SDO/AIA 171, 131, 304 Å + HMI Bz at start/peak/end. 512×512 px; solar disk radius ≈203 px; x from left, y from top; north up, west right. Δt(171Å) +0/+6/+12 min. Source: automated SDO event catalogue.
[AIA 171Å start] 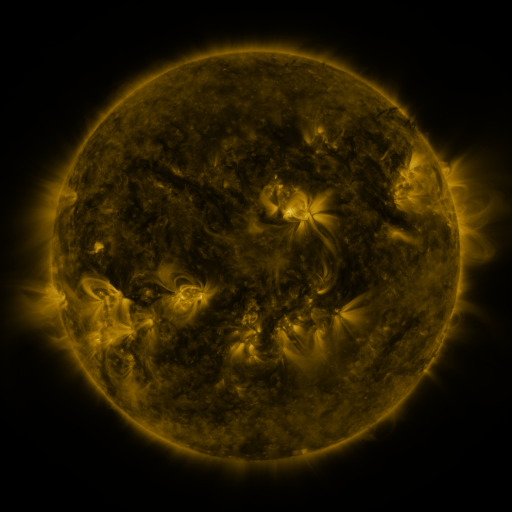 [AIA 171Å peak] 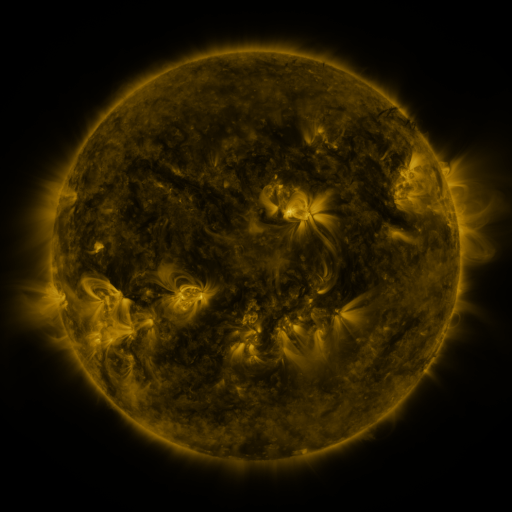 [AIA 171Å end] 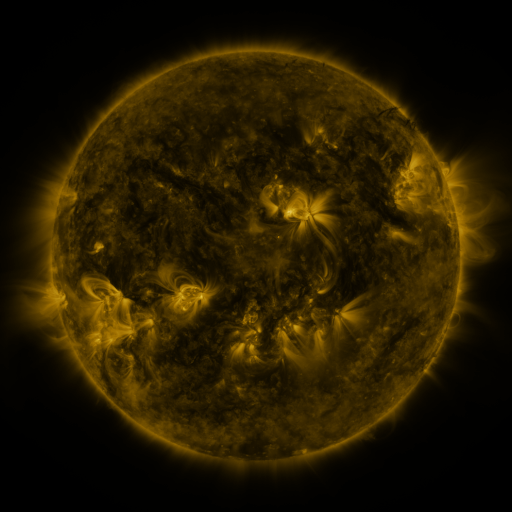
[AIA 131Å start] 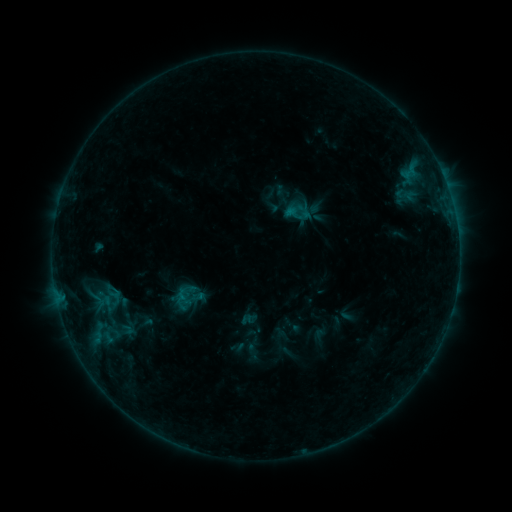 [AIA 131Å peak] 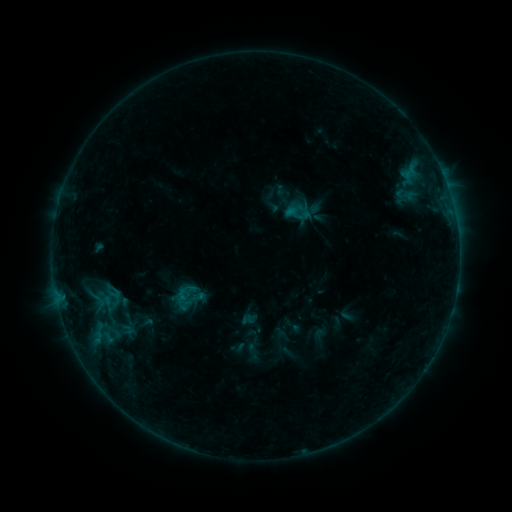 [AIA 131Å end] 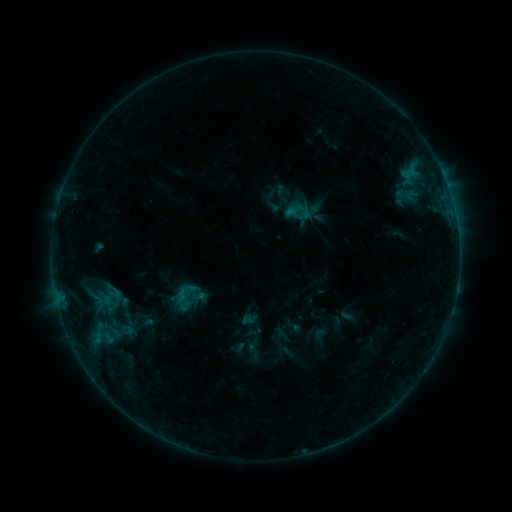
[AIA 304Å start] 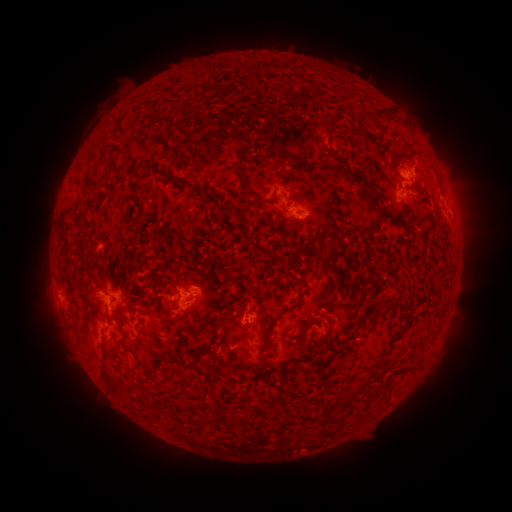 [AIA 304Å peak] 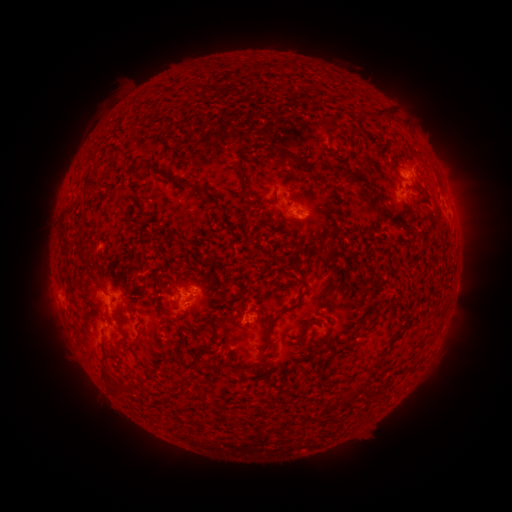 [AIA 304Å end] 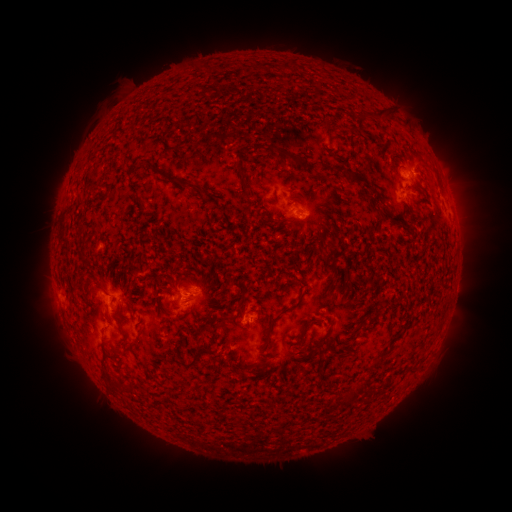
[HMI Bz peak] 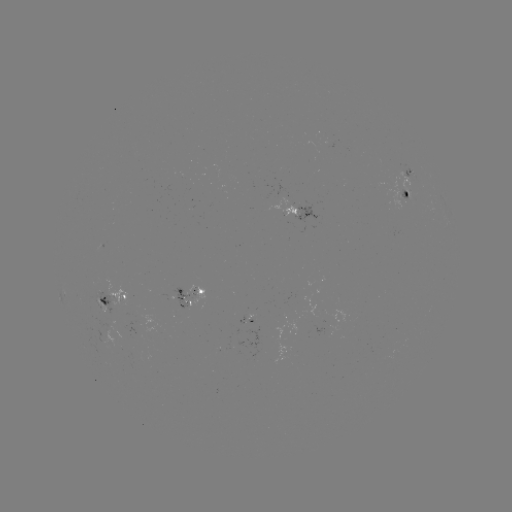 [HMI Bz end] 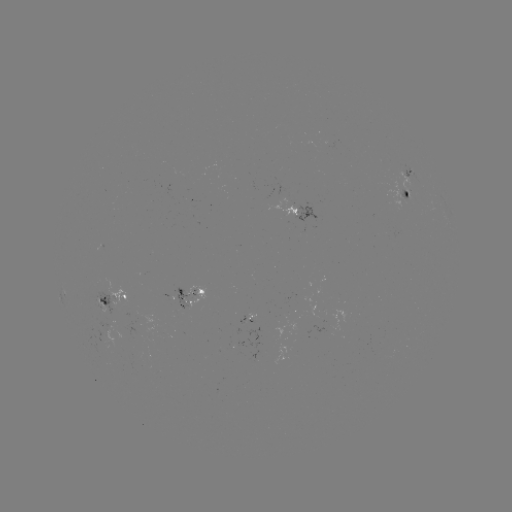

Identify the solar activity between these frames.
no catalogued flare and no flagged EUV brightening in this window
